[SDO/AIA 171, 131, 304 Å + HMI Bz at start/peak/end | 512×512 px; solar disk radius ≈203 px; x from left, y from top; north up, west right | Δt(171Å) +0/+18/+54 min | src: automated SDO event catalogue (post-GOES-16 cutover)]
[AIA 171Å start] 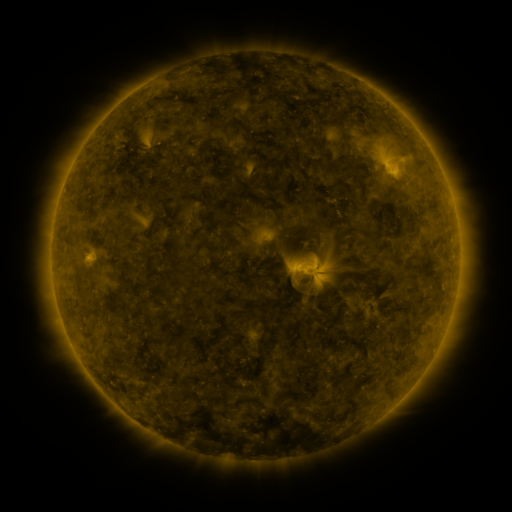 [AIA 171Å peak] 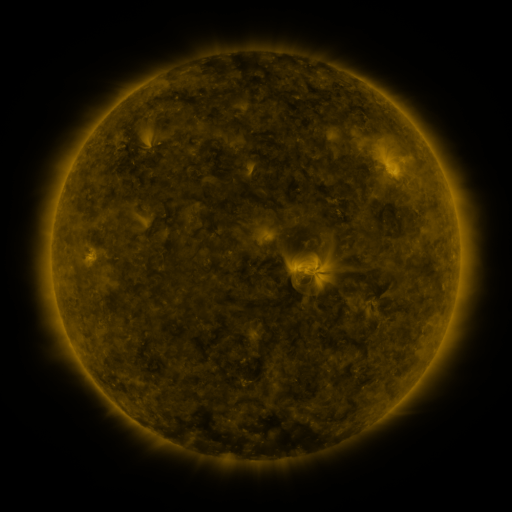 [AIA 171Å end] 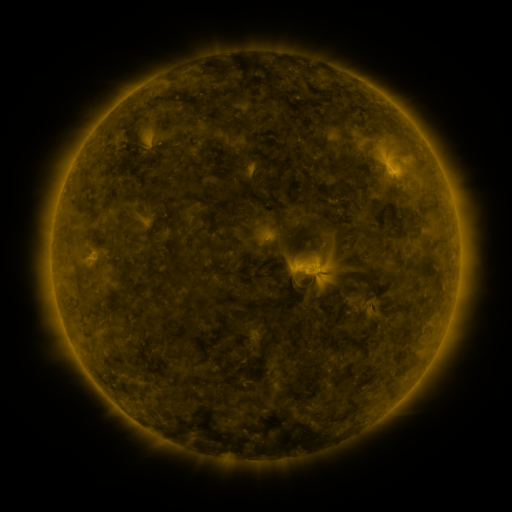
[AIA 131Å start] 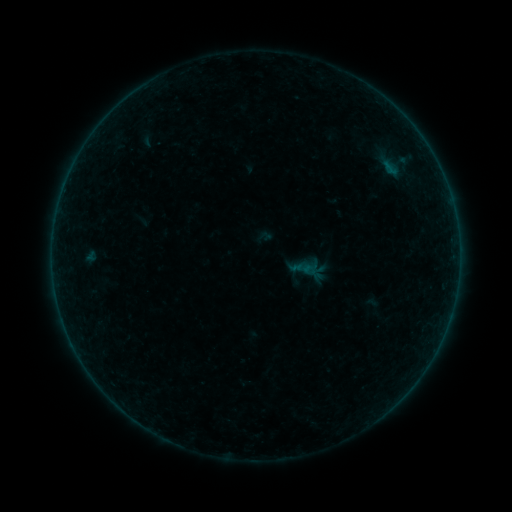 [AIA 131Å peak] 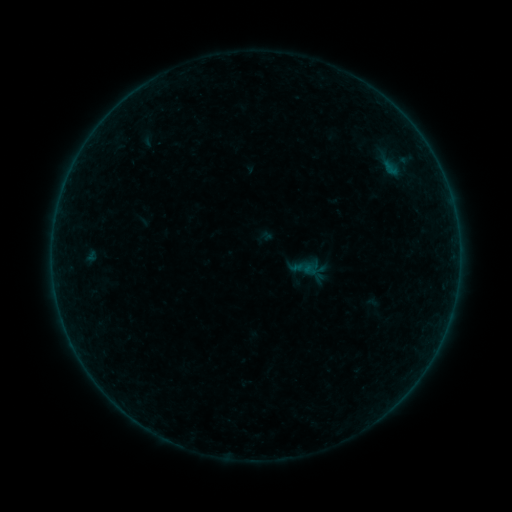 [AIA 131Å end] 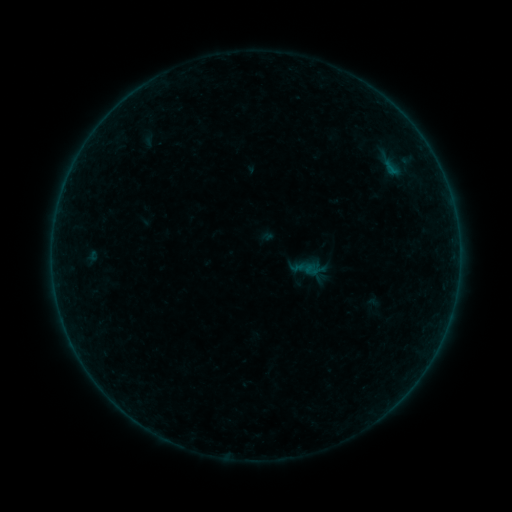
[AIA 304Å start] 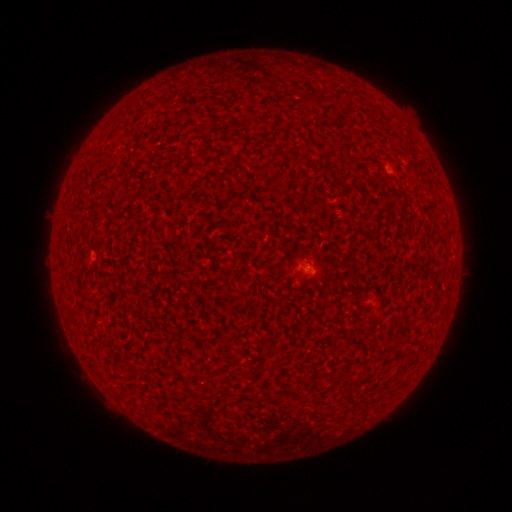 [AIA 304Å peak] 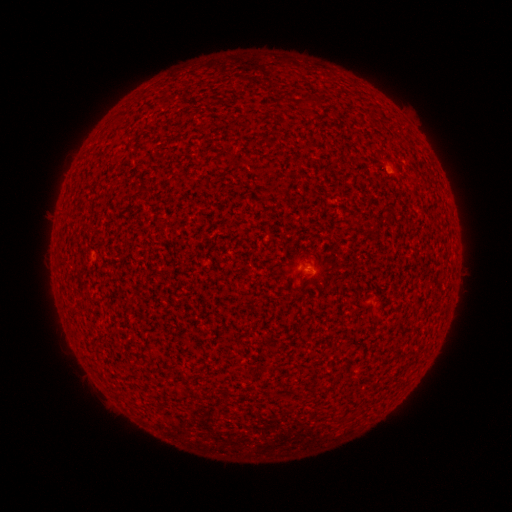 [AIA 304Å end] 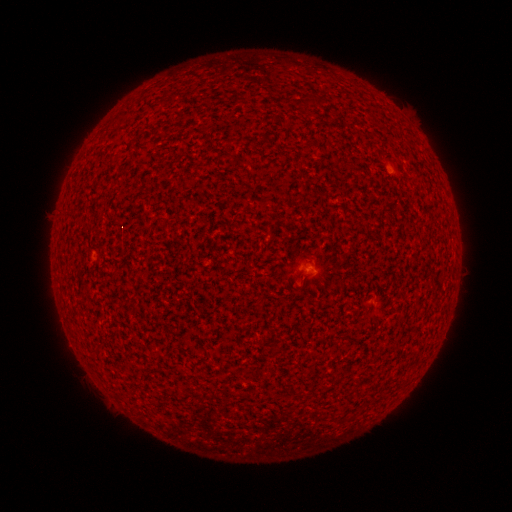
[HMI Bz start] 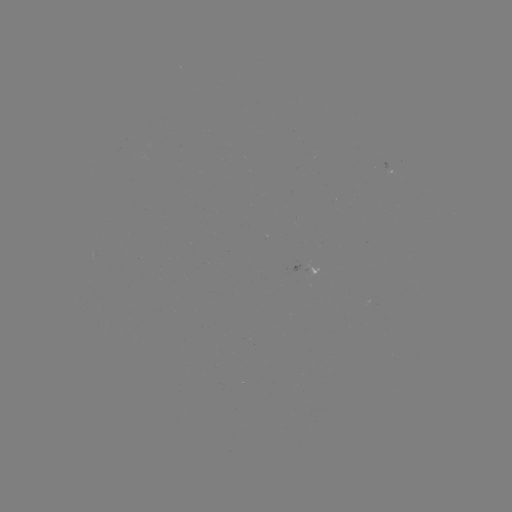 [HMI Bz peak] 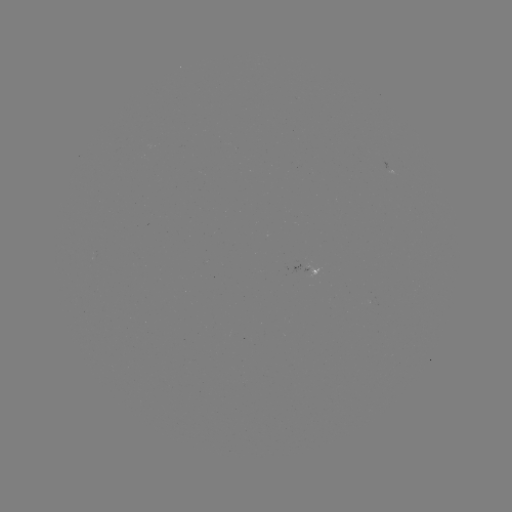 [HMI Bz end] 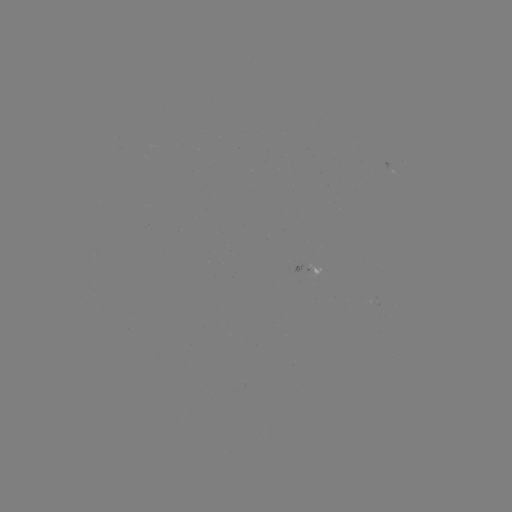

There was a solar flare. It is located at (305, 266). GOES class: A3.4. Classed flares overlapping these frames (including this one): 1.